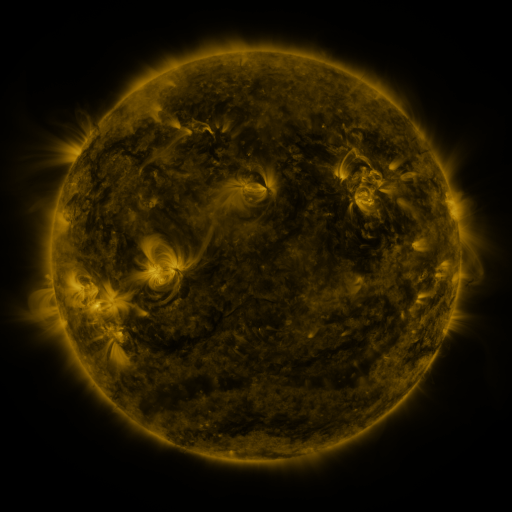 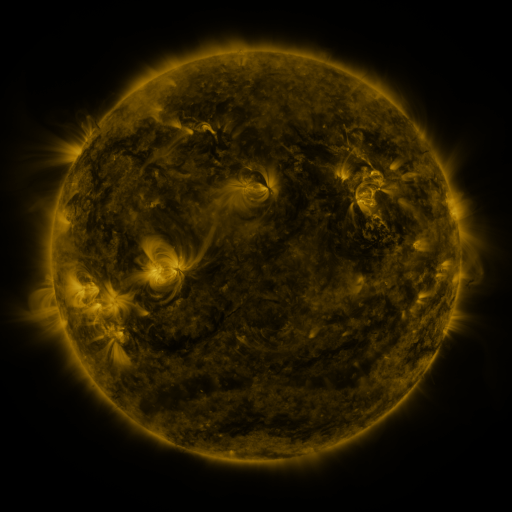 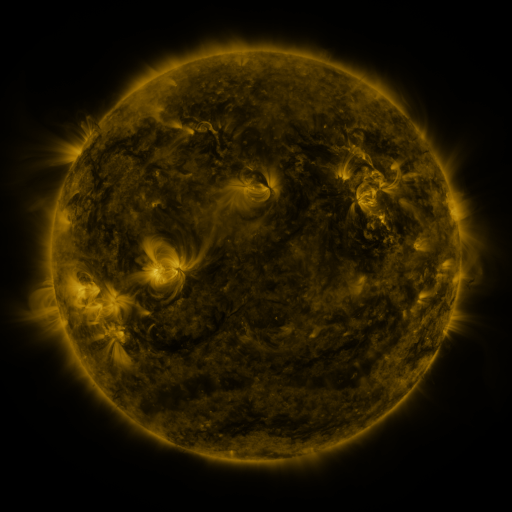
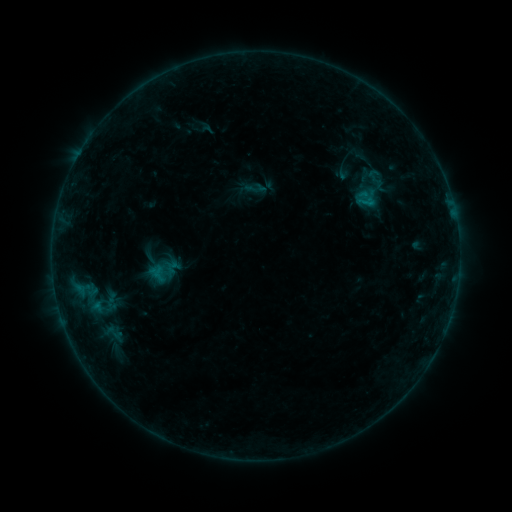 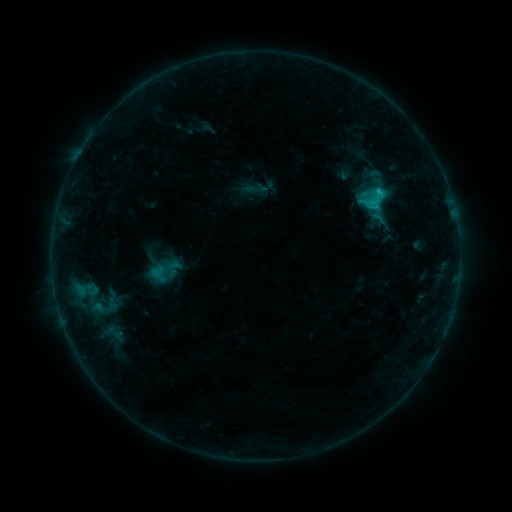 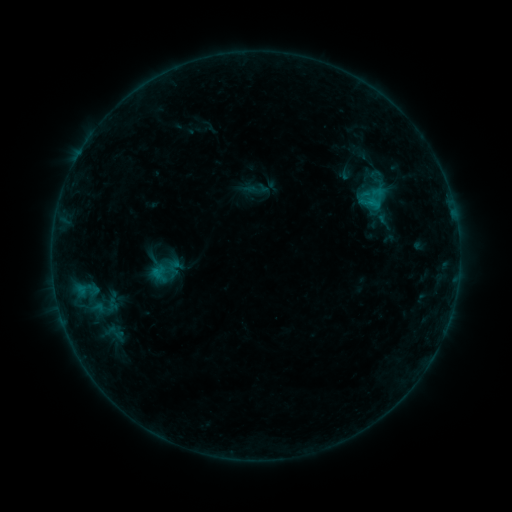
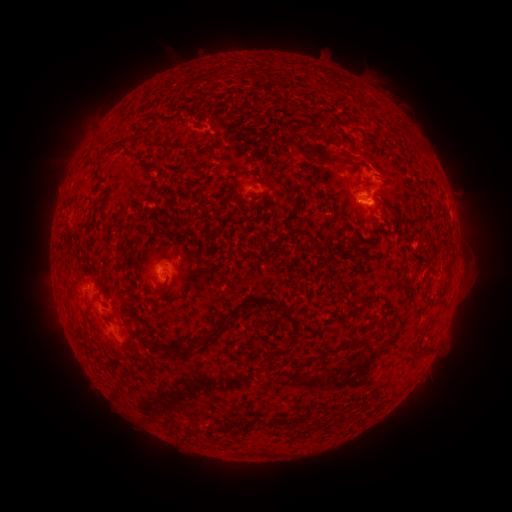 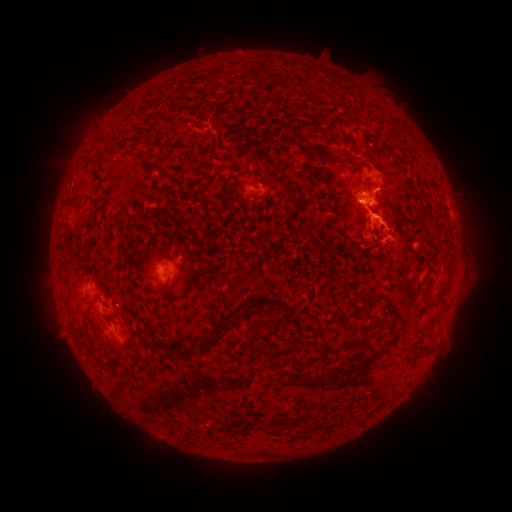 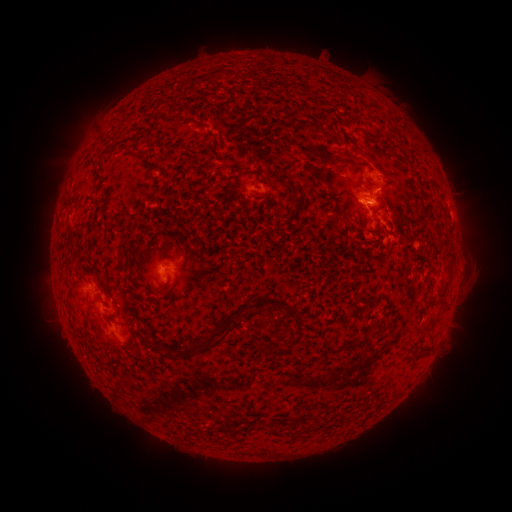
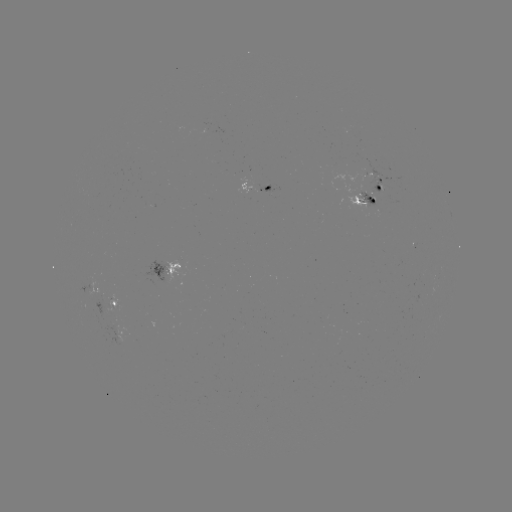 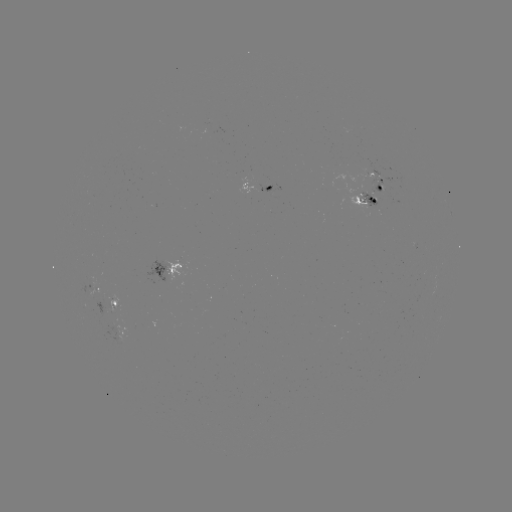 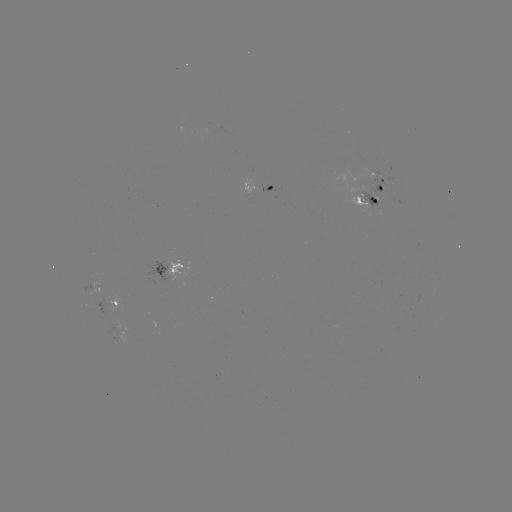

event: flare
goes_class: C2.1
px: (378, 194)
